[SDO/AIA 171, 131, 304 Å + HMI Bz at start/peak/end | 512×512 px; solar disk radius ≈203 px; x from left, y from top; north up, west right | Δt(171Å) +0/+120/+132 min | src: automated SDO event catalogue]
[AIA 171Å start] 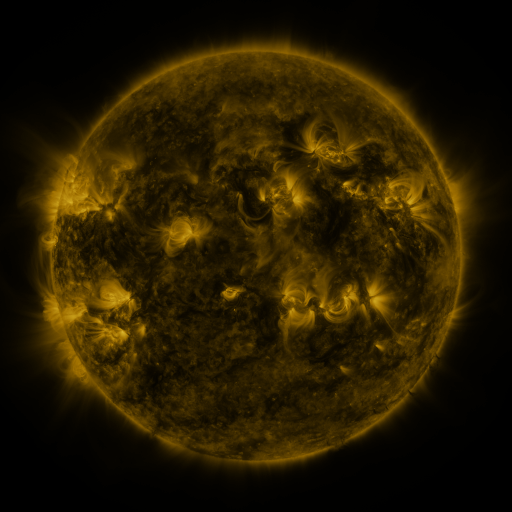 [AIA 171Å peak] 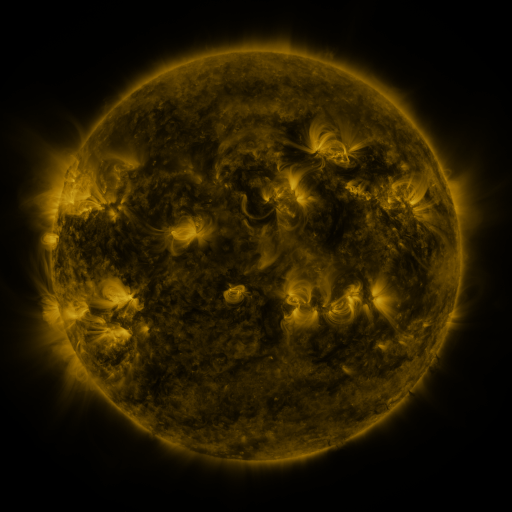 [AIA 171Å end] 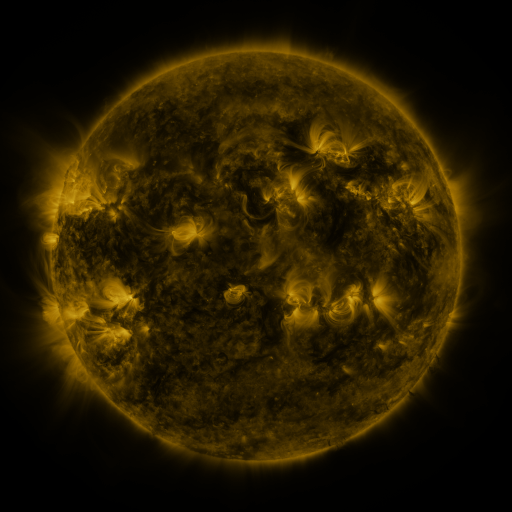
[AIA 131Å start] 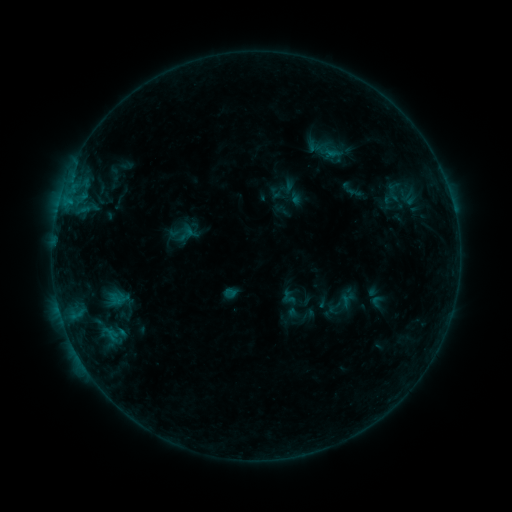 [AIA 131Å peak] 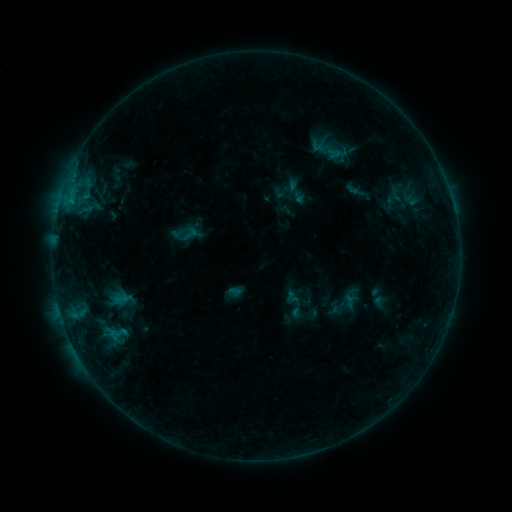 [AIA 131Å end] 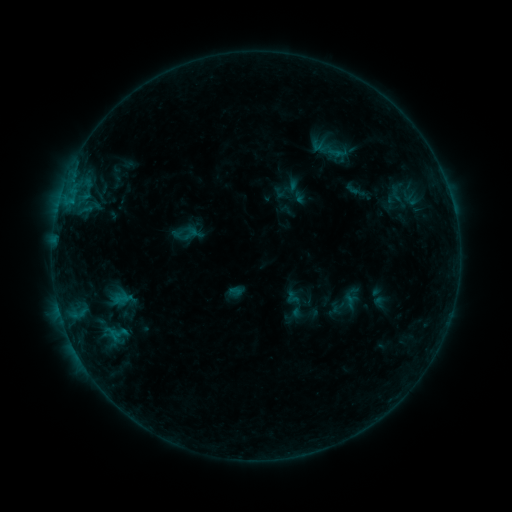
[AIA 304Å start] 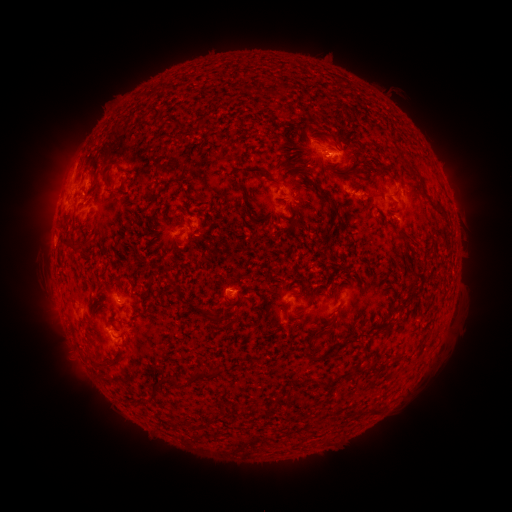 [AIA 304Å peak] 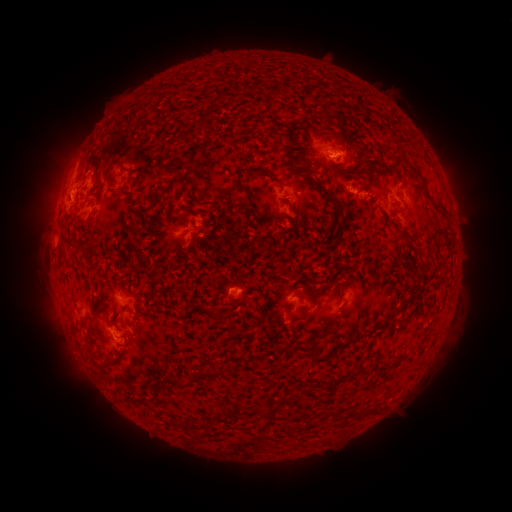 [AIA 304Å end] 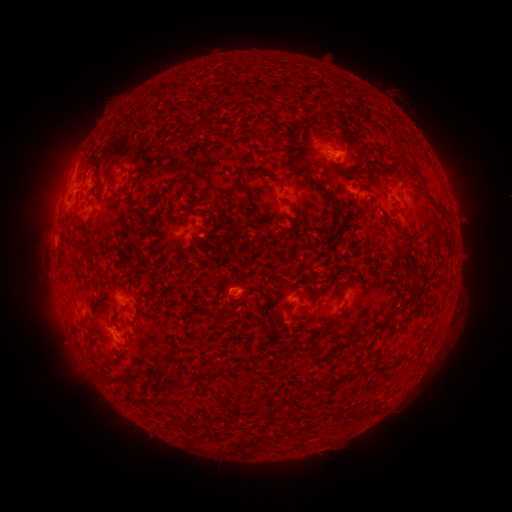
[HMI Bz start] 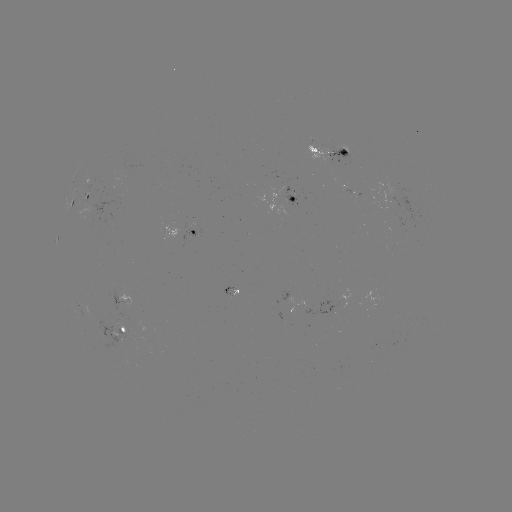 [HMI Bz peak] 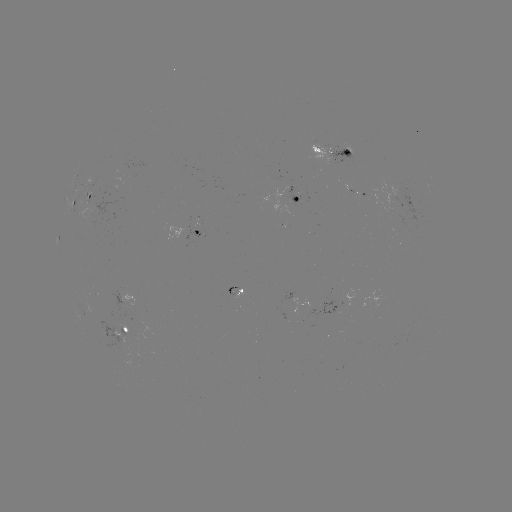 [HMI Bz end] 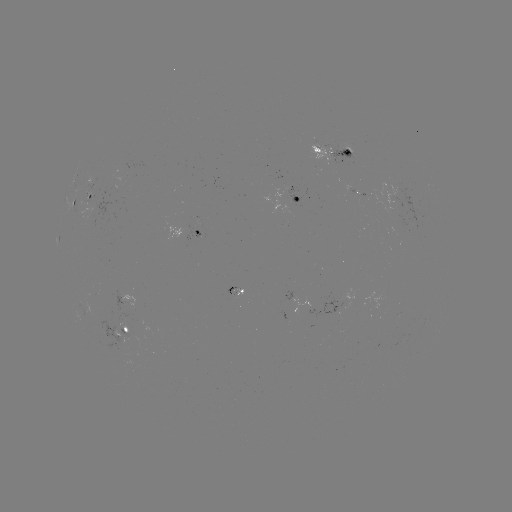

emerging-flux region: [326, 146, 355, 164]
